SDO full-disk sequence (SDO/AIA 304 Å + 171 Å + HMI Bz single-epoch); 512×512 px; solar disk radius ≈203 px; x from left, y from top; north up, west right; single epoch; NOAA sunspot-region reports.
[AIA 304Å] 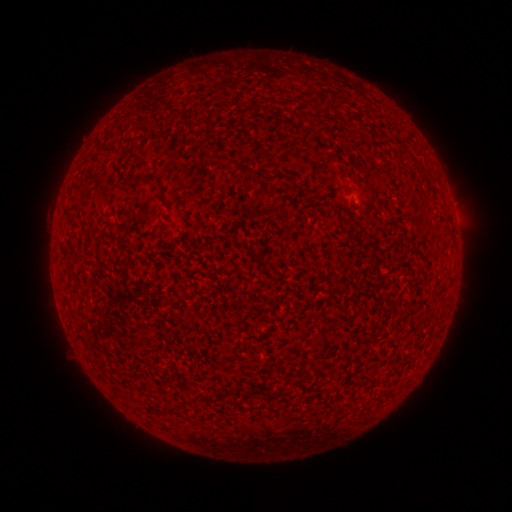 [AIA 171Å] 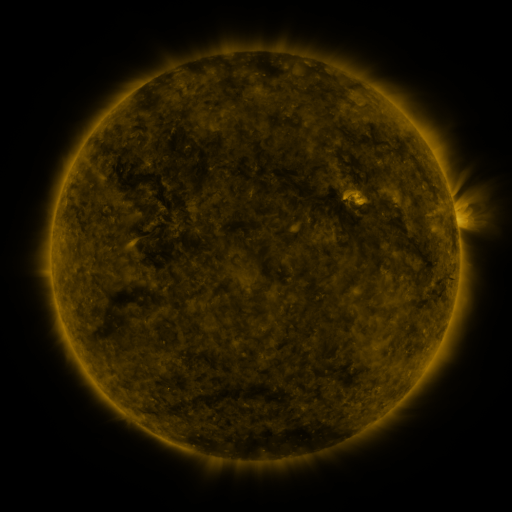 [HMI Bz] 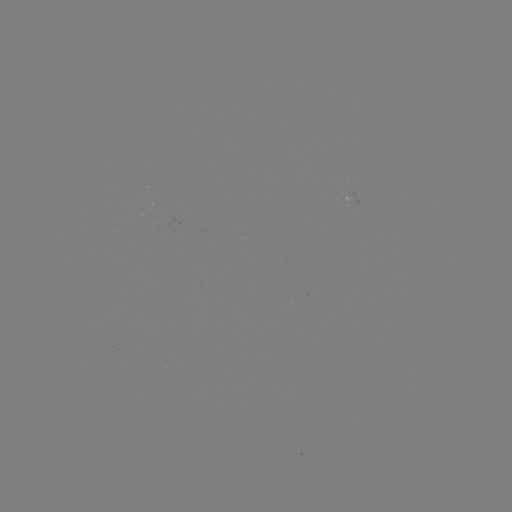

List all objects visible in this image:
(none)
